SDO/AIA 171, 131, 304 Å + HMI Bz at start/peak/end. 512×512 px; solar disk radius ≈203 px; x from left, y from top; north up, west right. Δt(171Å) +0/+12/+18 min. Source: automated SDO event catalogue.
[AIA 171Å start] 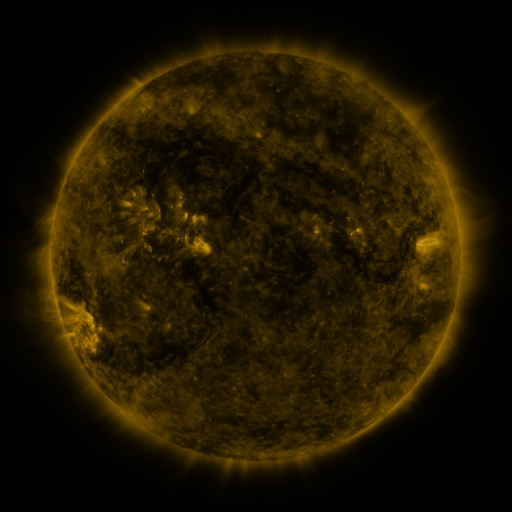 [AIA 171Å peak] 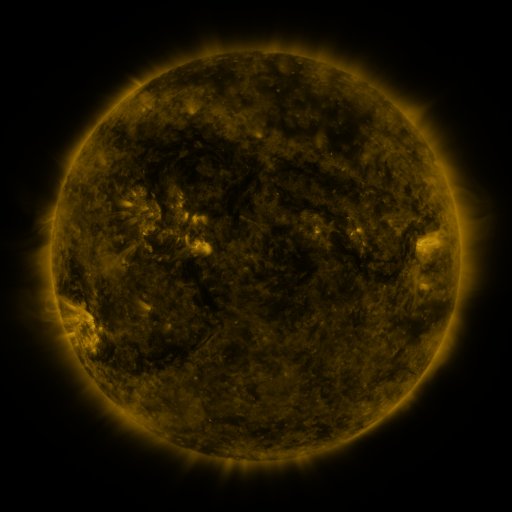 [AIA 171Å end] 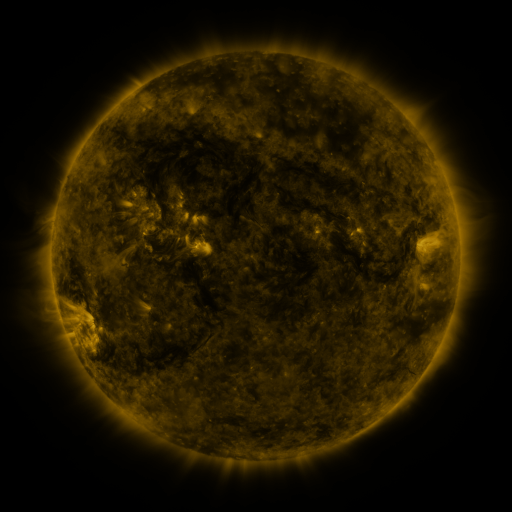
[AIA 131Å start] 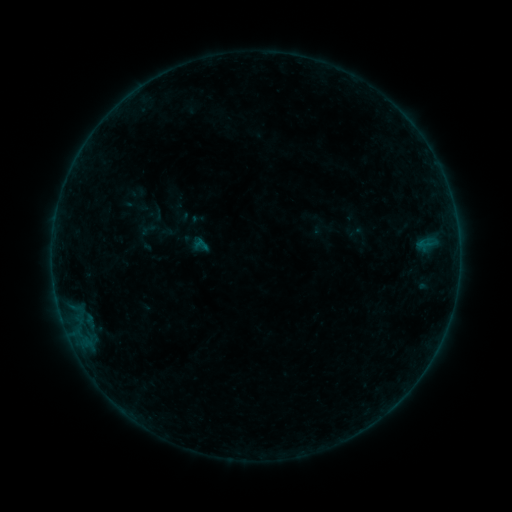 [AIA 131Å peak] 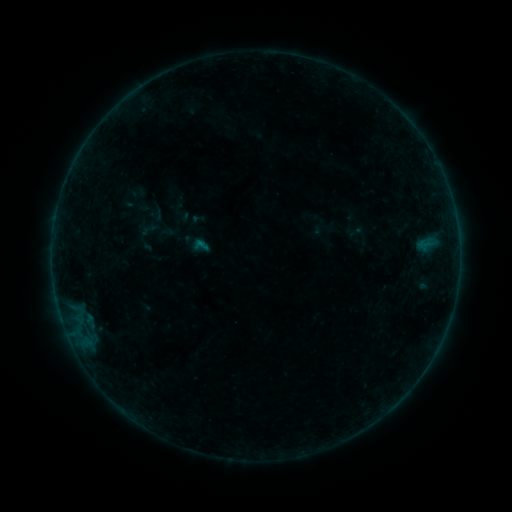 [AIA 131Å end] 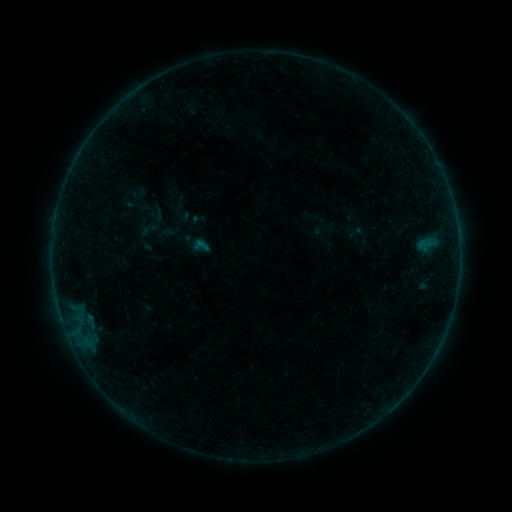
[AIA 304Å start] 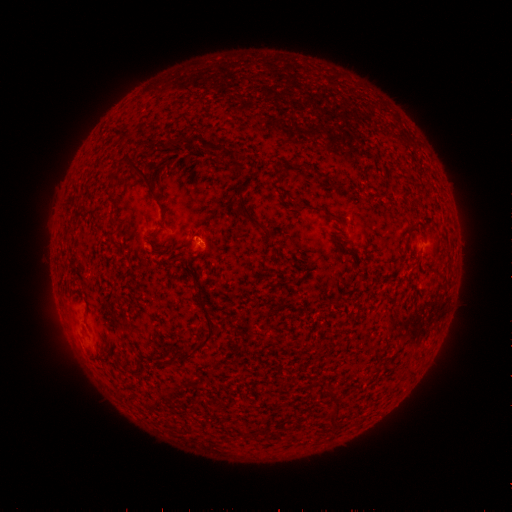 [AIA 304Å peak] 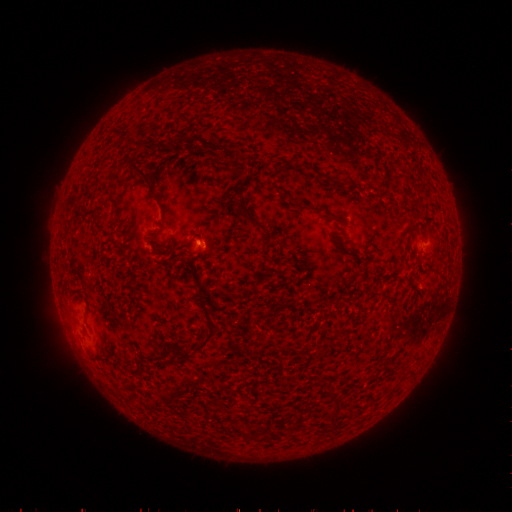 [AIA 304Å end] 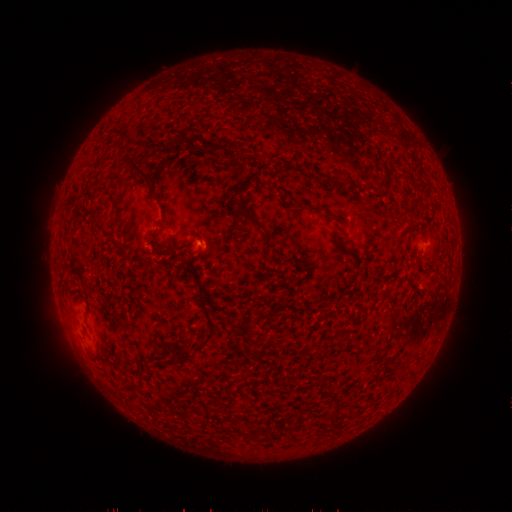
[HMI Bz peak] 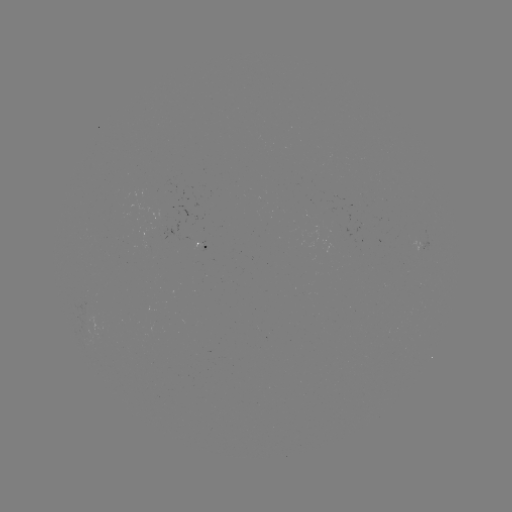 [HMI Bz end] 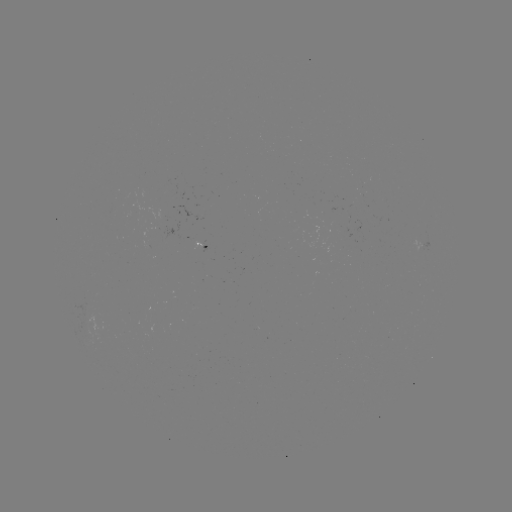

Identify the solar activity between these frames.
B1.8 flare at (200, 245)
